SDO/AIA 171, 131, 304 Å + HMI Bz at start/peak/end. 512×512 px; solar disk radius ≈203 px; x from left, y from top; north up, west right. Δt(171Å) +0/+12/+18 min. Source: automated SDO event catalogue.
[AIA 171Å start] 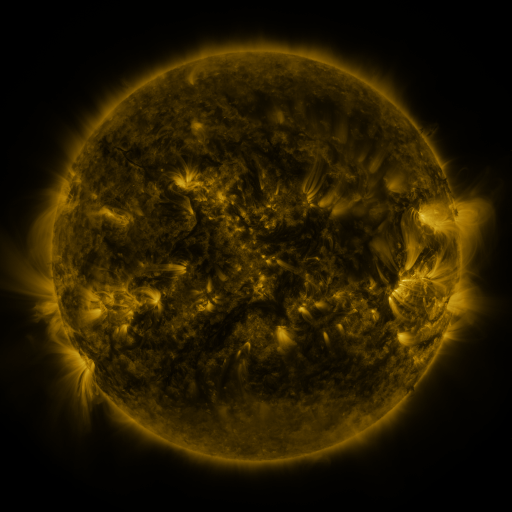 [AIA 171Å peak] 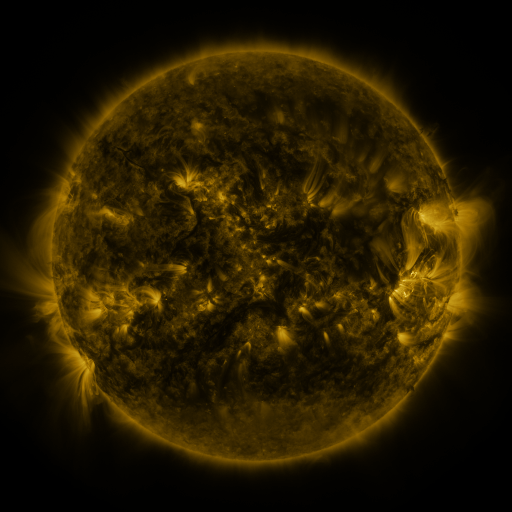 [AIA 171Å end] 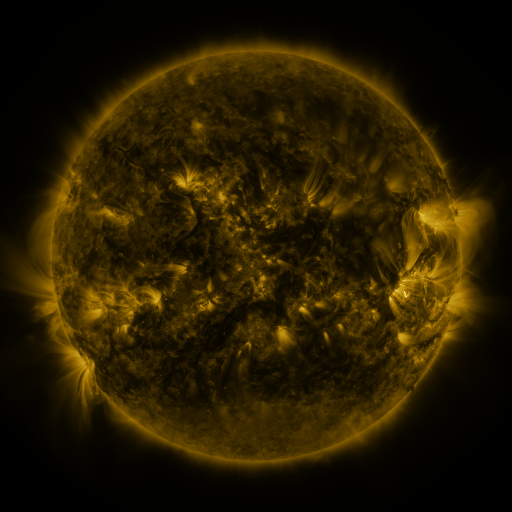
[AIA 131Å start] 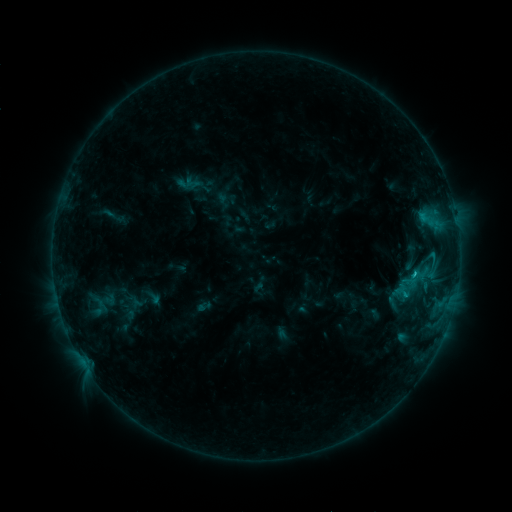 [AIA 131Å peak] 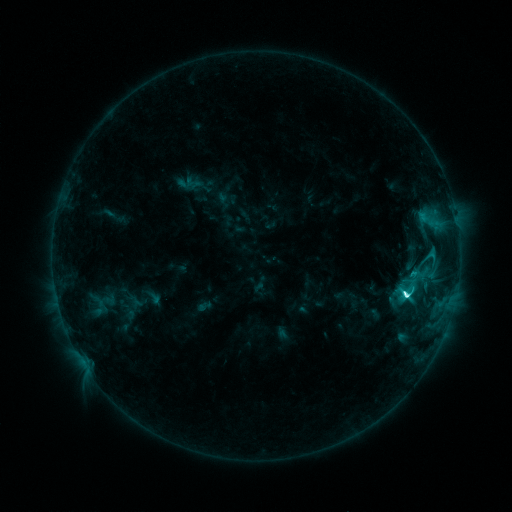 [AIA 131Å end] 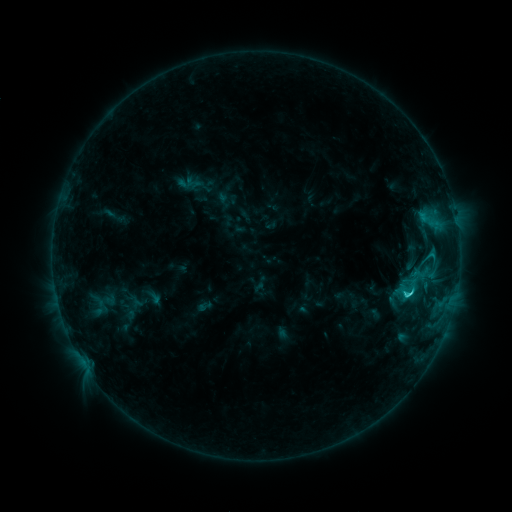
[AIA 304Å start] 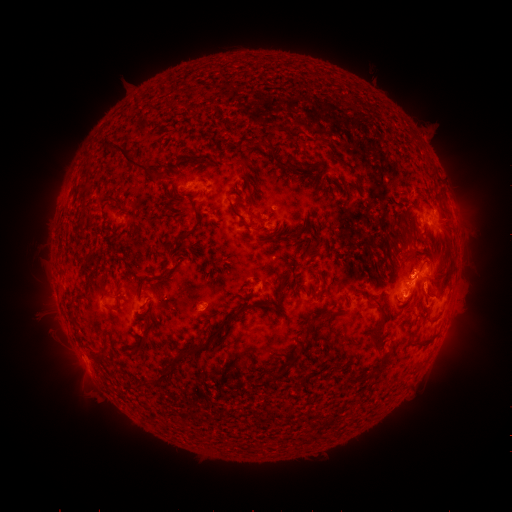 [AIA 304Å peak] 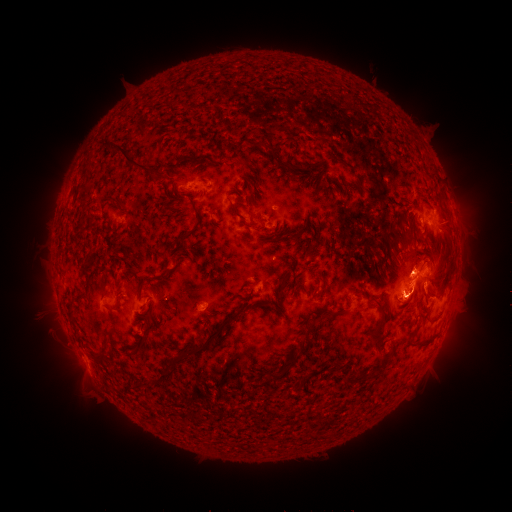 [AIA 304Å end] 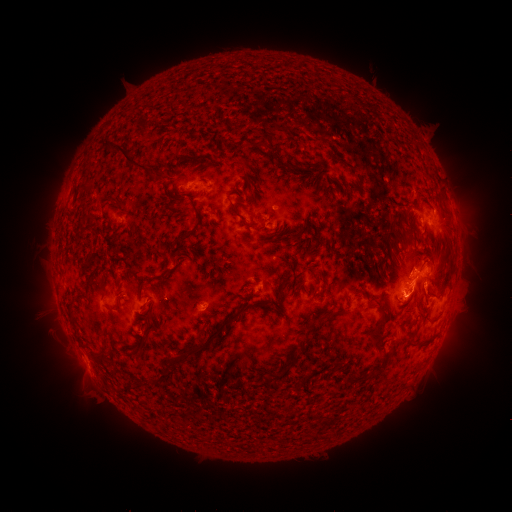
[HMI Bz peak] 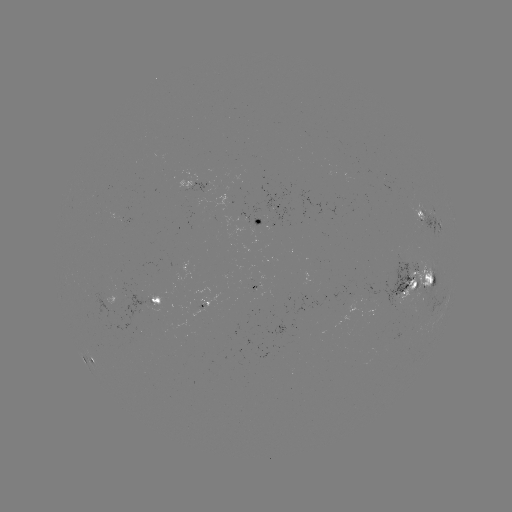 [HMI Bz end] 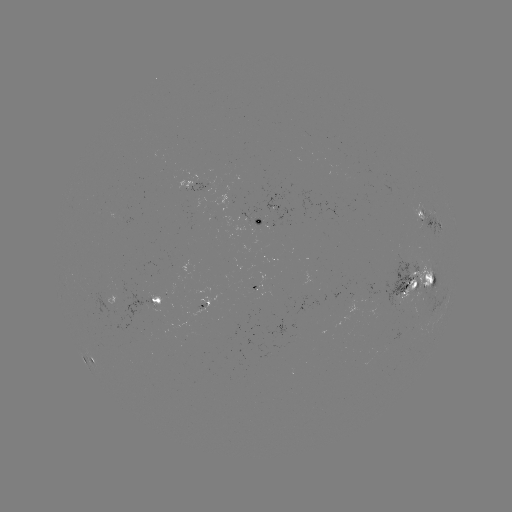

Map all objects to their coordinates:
C6.0 flare: (405, 292)
